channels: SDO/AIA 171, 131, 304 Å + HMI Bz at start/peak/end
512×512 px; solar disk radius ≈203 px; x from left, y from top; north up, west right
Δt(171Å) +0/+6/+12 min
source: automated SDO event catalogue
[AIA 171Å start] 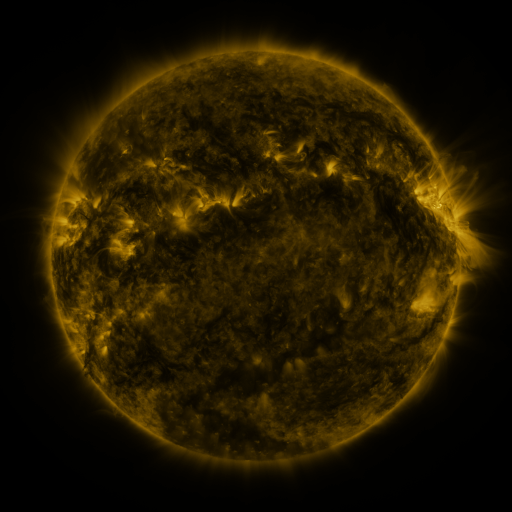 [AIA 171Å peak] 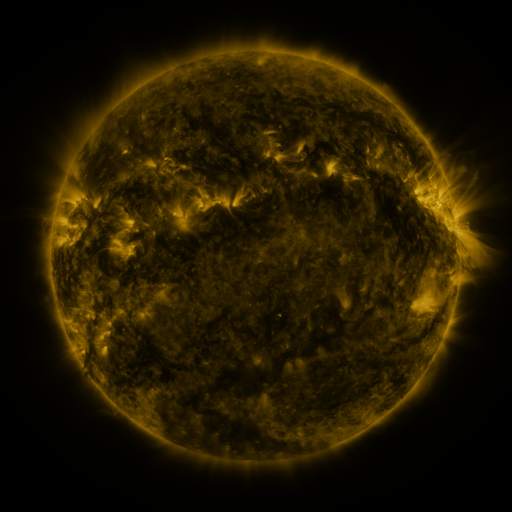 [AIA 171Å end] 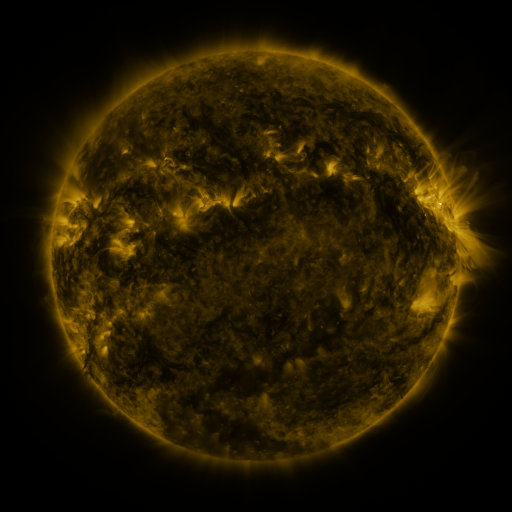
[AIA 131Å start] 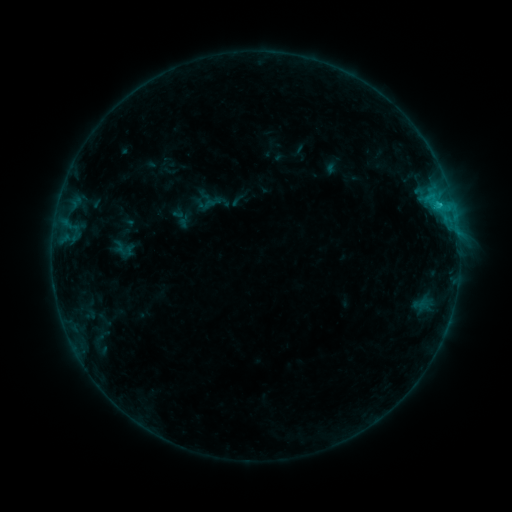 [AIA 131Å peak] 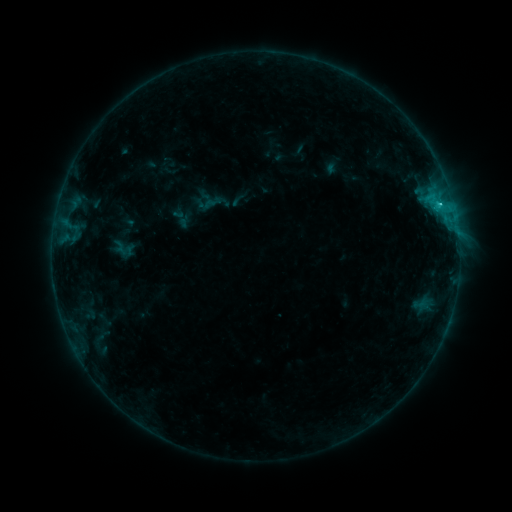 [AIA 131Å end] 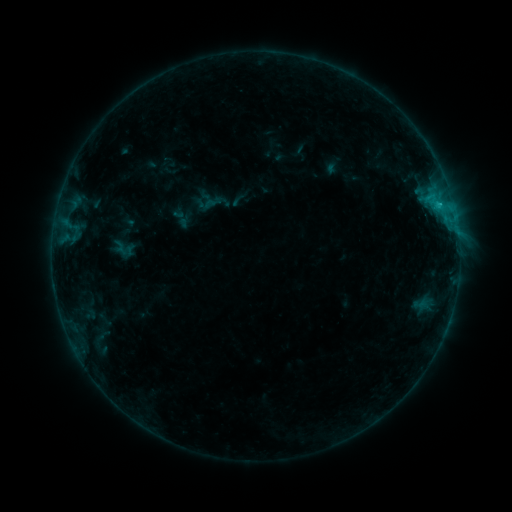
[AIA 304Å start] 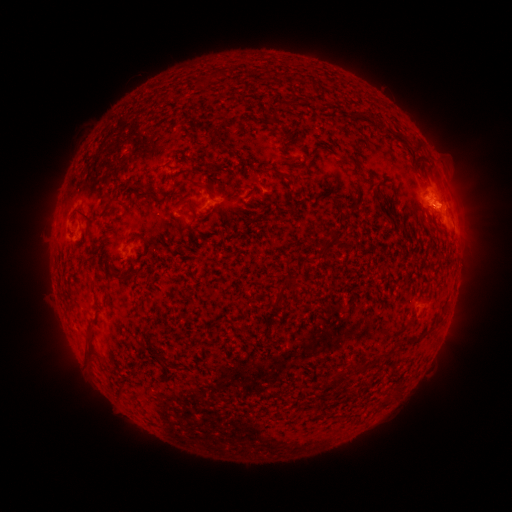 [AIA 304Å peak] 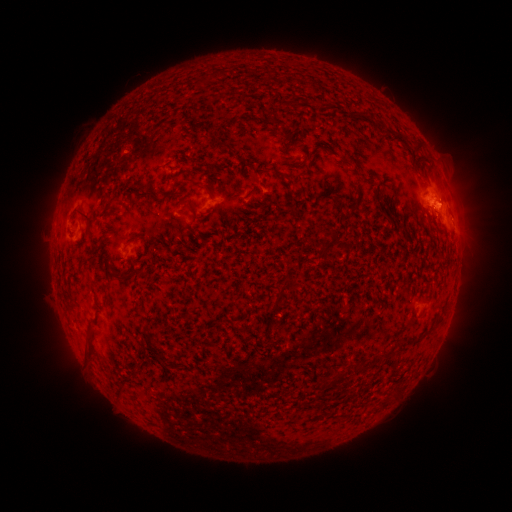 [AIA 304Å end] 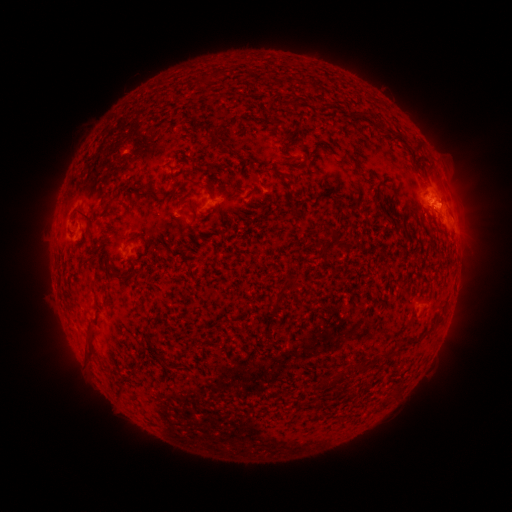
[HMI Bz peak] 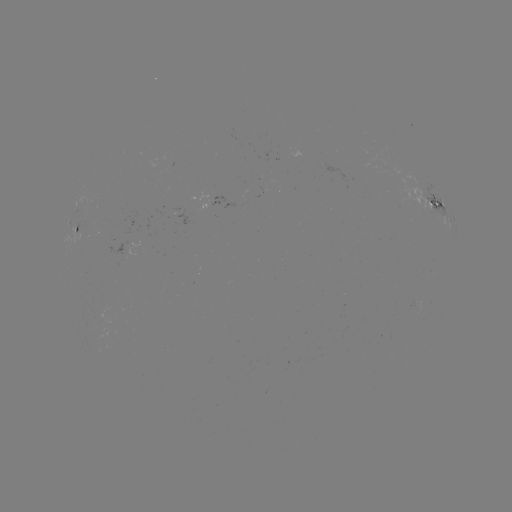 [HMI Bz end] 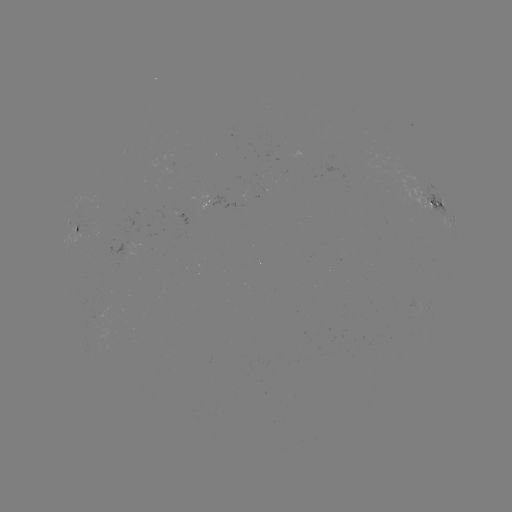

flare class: C1.2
